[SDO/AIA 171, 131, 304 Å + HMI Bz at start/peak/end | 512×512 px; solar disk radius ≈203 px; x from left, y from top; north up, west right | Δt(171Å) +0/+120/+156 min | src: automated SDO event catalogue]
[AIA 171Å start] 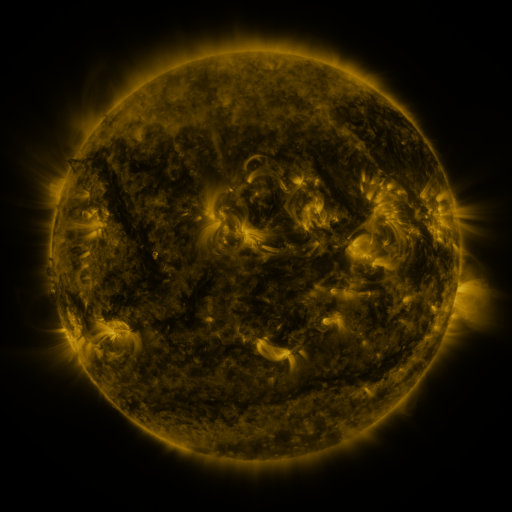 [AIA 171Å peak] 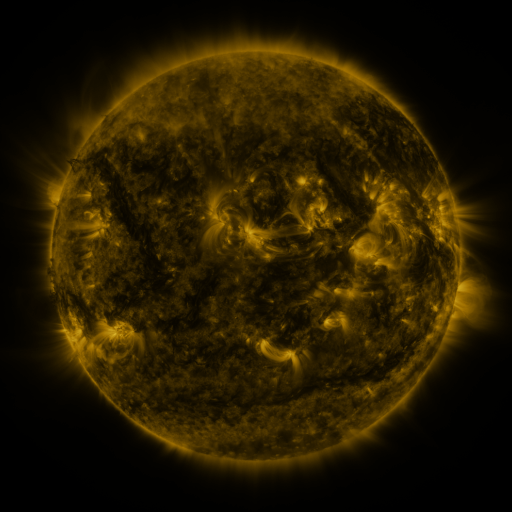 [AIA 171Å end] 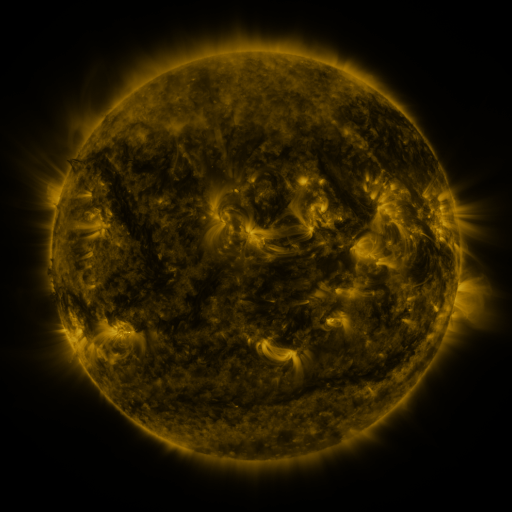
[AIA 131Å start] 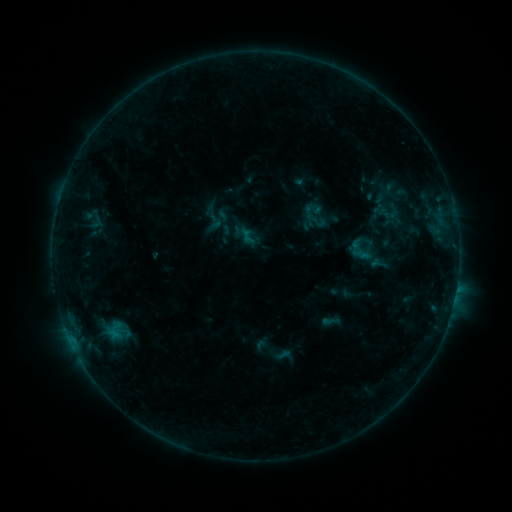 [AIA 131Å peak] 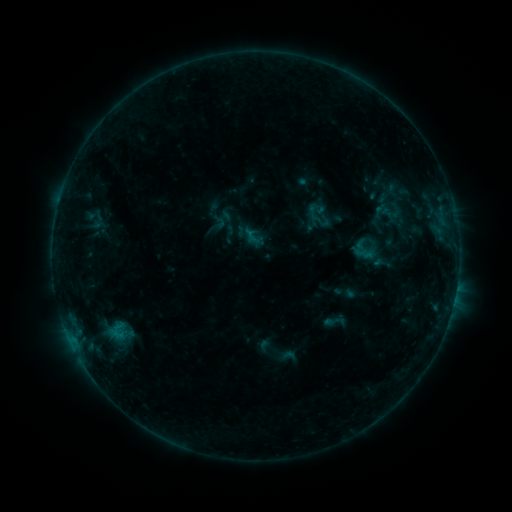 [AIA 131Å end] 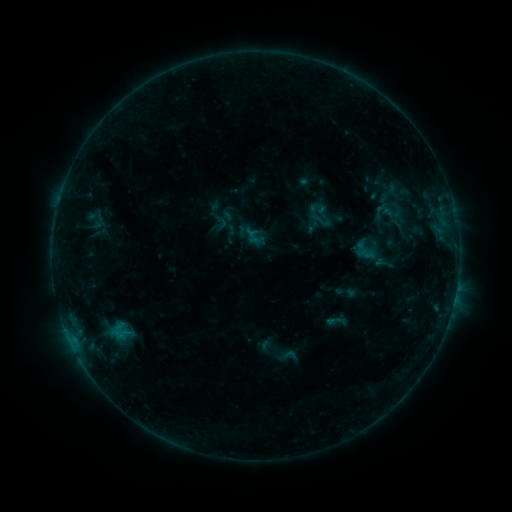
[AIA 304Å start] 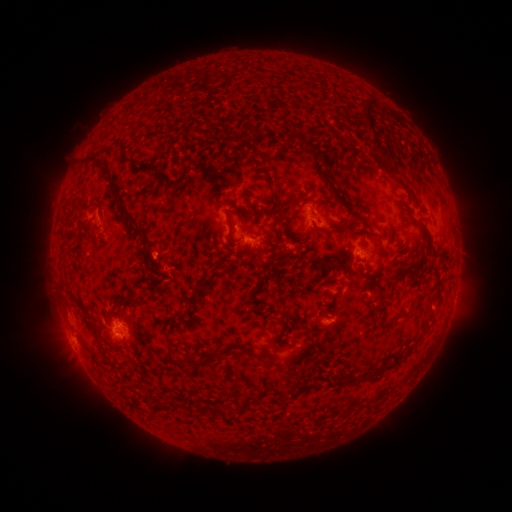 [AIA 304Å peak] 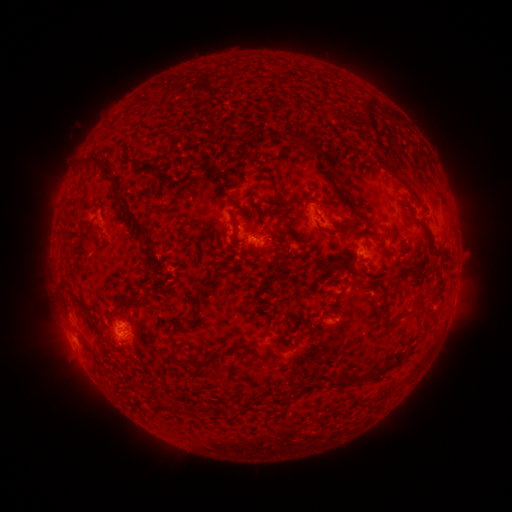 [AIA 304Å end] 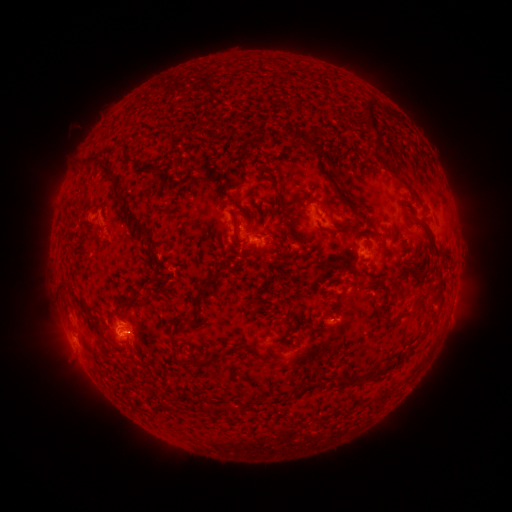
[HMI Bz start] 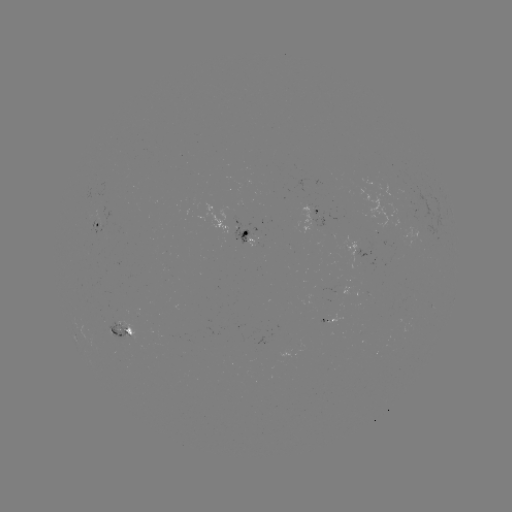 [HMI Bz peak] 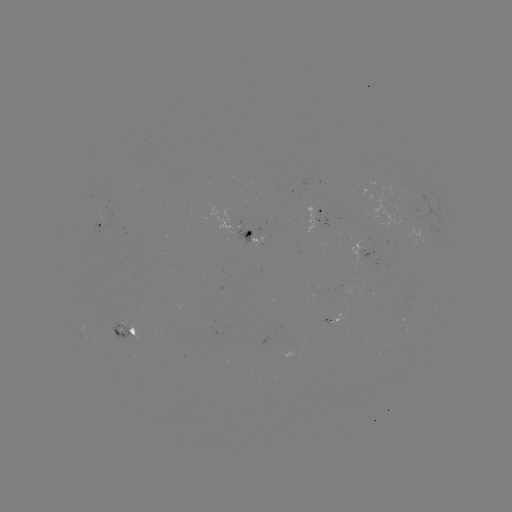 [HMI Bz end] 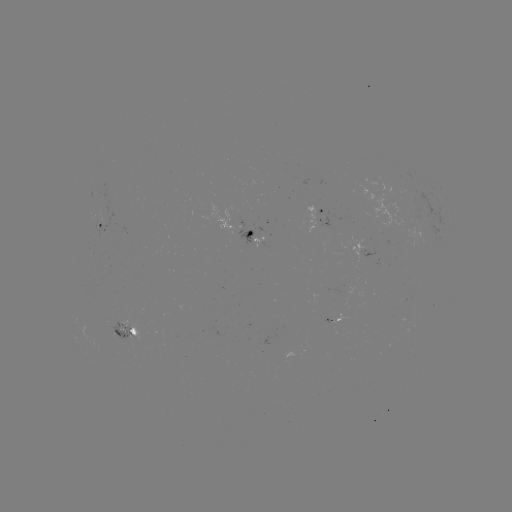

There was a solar emerging-flux region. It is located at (404, 185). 